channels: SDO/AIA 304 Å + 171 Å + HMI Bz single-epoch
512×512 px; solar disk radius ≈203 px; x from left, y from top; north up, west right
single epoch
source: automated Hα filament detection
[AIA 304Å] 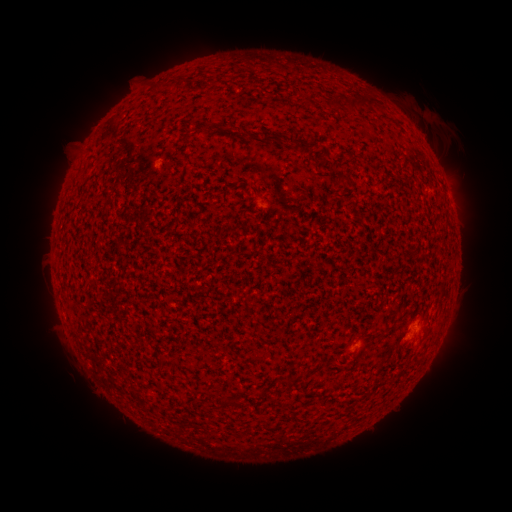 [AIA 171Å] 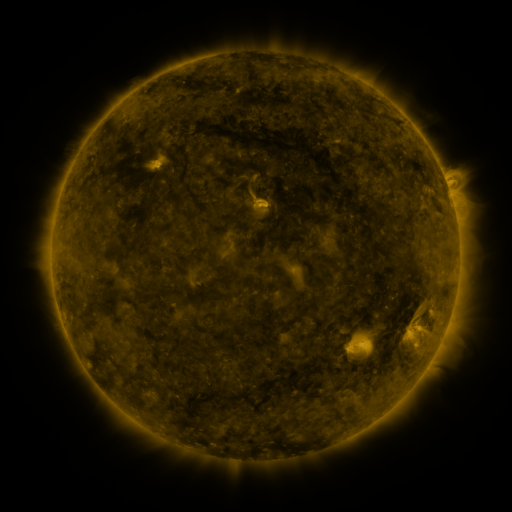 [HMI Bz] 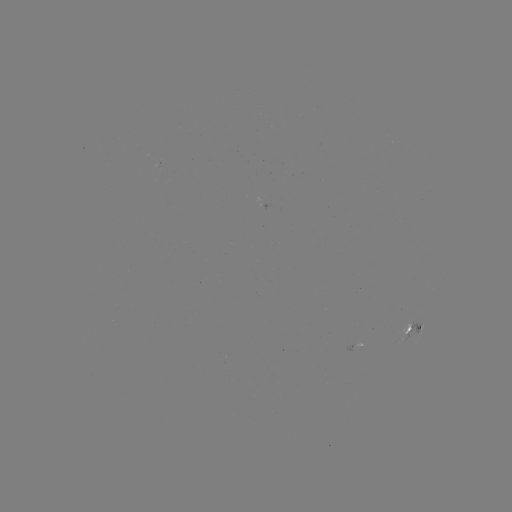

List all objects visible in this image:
filament: (176, 78, 187, 88)
filament: (345, 95, 370, 113)
filament: (333, 99, 342, 109)
filament: (181, 132, 190, 143)
filament: (261, 134, 281, 143)
filament: (297, 139, 319, 155)
filament: (339, 173, 354, 186)
filament: (219, 394, 240, 406)
